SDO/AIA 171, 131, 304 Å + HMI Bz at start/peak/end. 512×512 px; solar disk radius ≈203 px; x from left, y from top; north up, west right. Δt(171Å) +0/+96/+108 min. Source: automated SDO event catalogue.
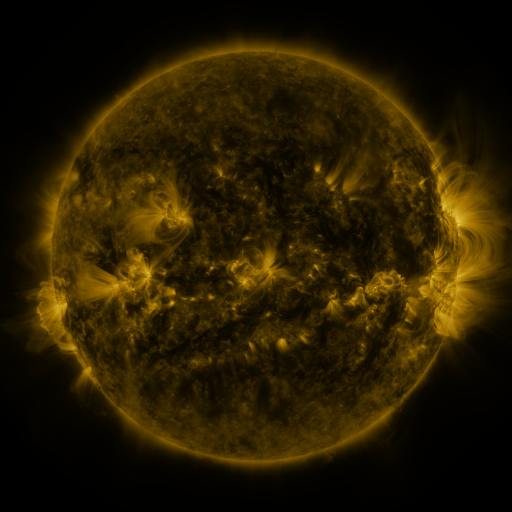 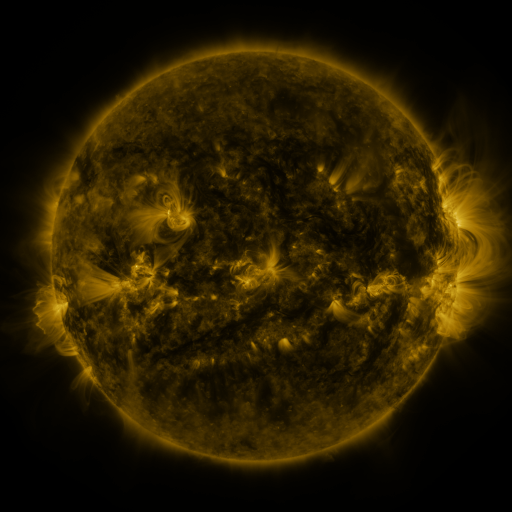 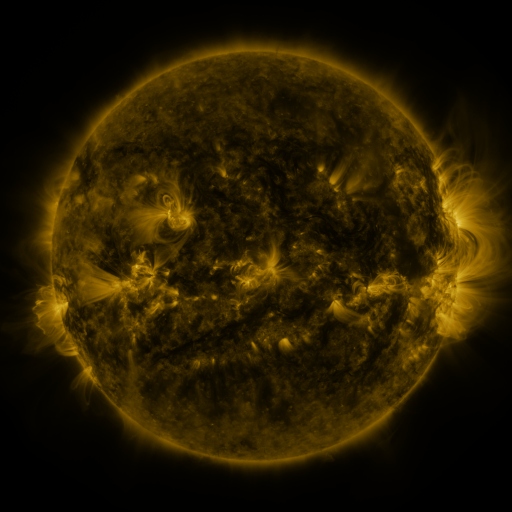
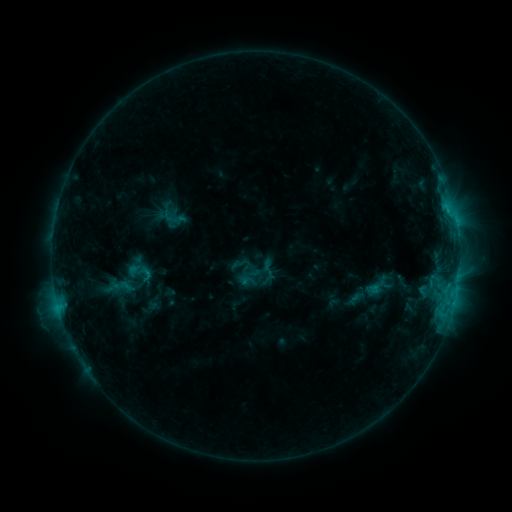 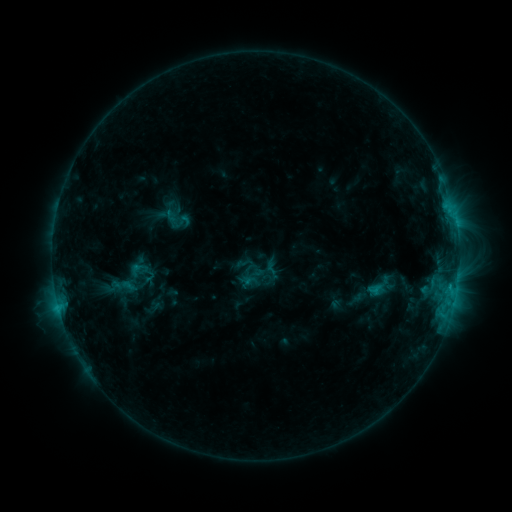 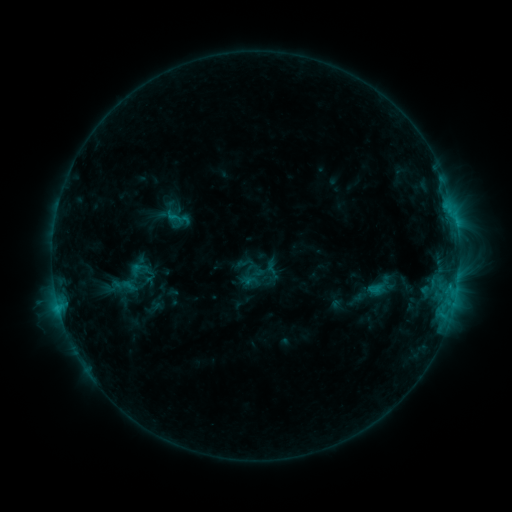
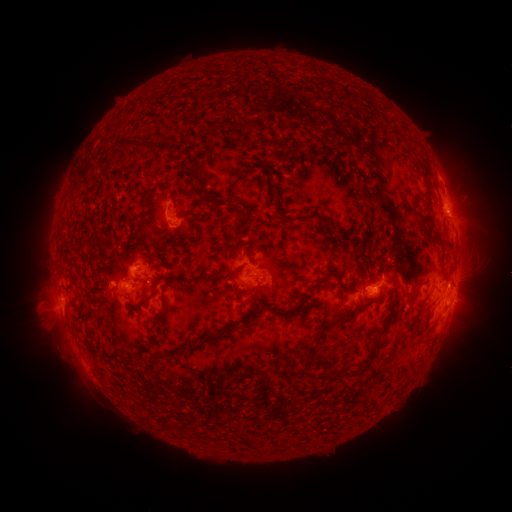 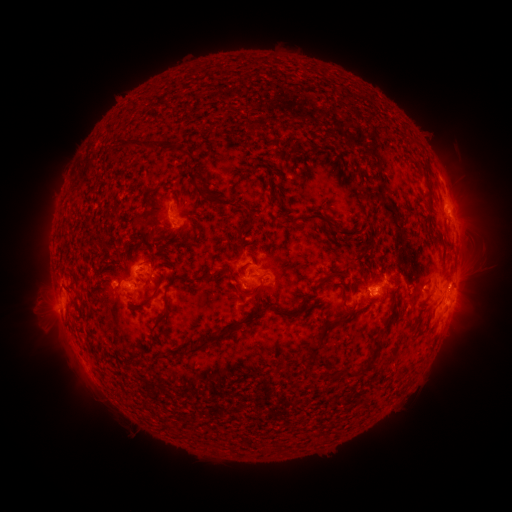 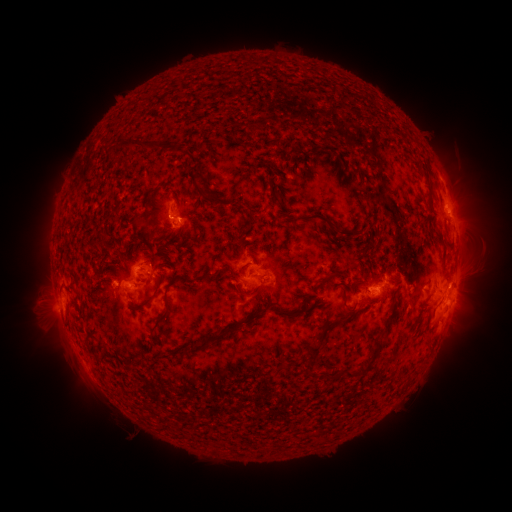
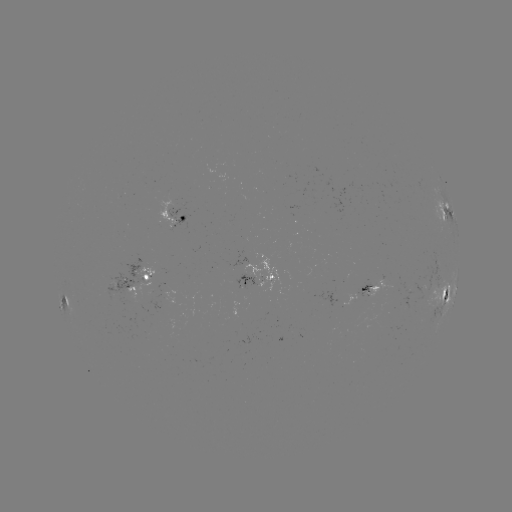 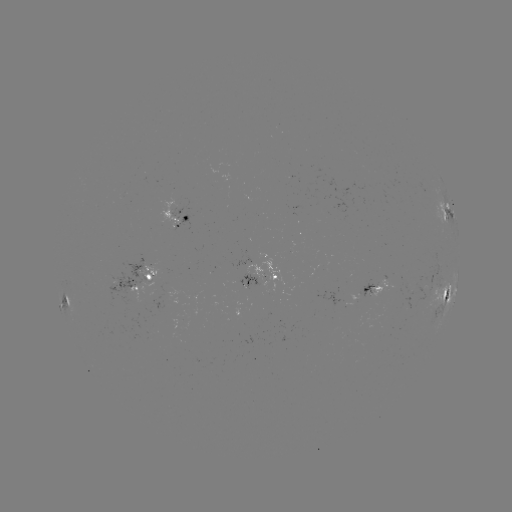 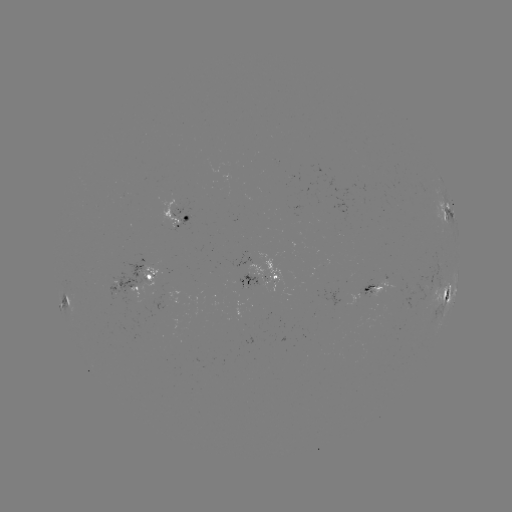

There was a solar emerging-flux region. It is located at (393, 282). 